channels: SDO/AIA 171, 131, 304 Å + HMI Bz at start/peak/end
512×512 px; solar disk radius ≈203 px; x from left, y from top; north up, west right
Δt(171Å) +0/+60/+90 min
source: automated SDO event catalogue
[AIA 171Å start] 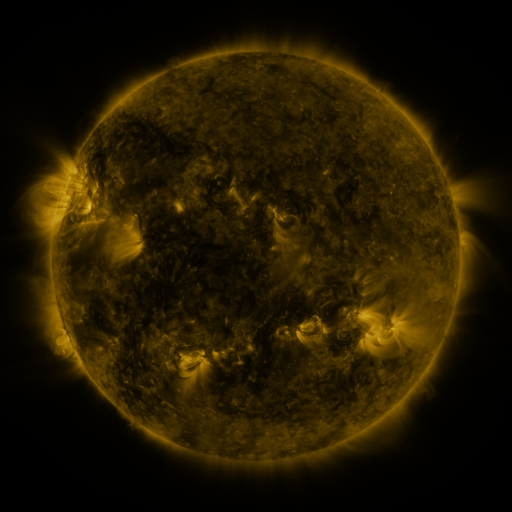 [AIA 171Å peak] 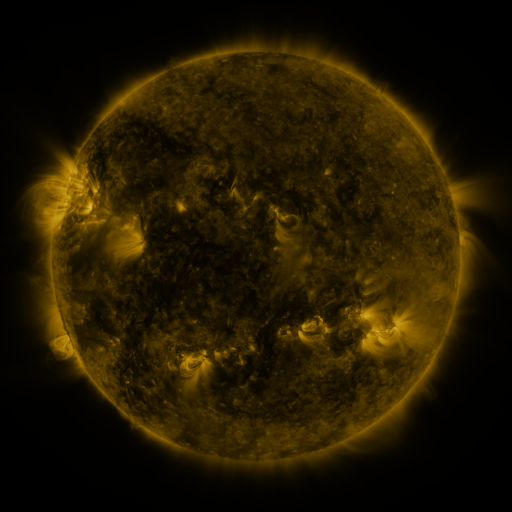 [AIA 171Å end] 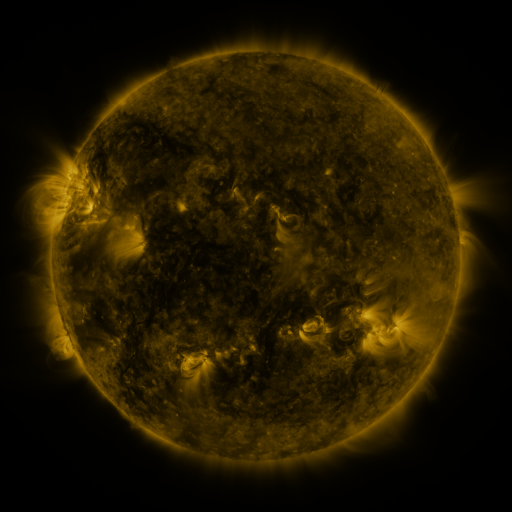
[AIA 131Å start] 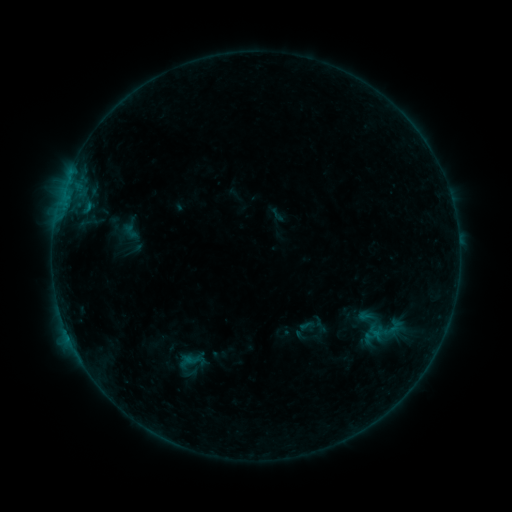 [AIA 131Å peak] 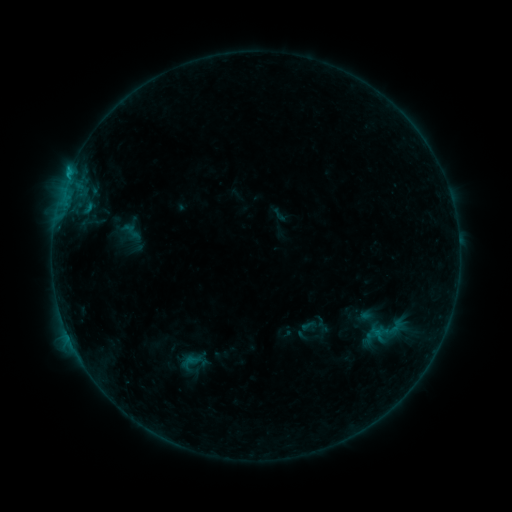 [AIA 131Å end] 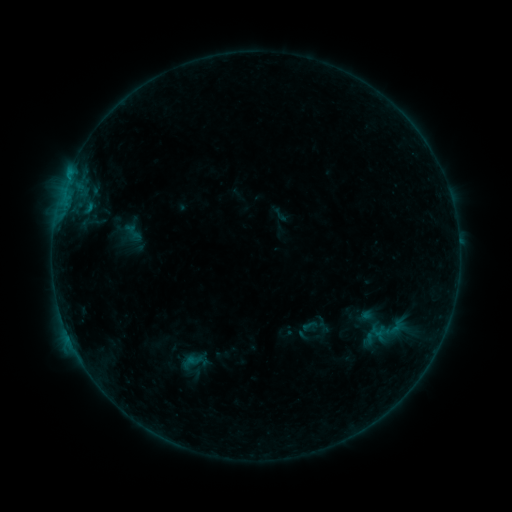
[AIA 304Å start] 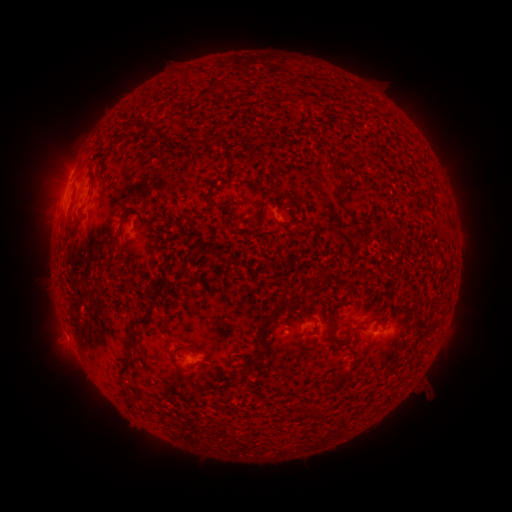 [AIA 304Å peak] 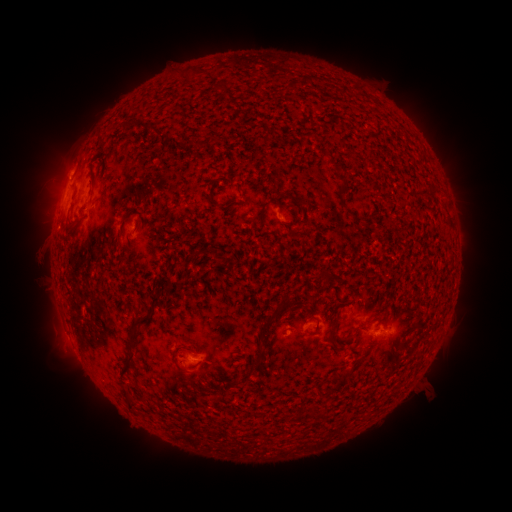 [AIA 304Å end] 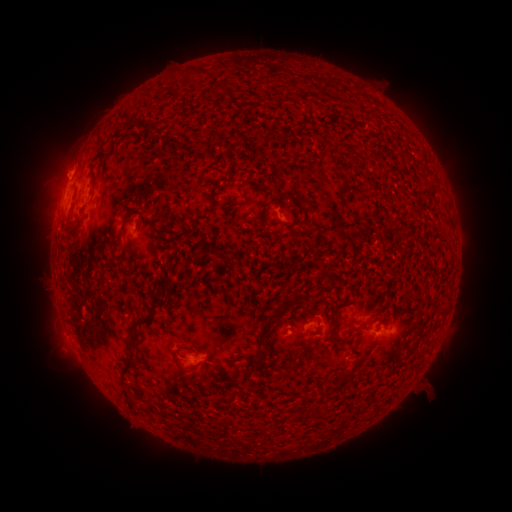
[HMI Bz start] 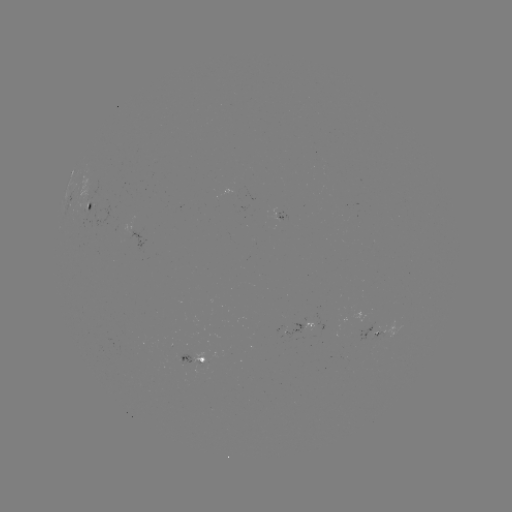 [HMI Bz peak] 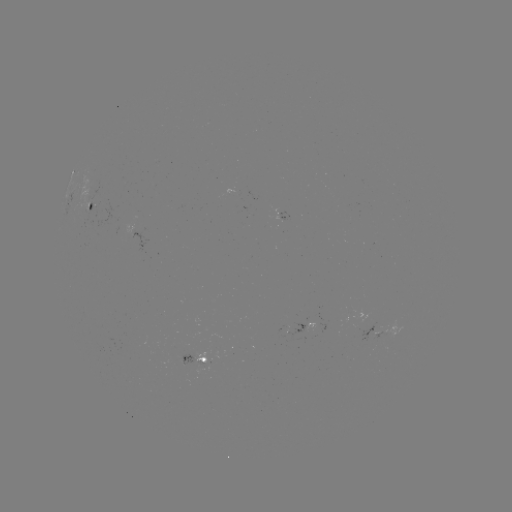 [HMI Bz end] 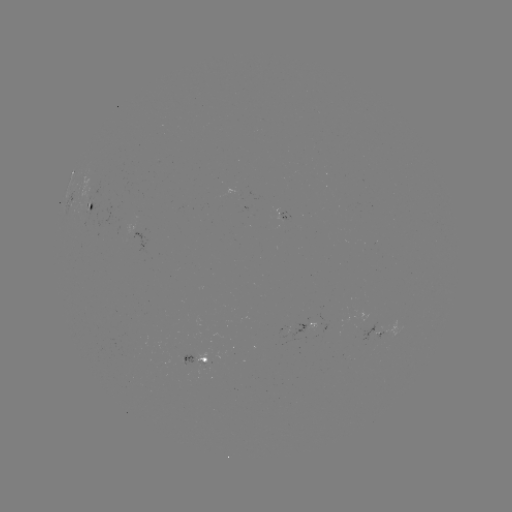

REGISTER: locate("B5.0 flare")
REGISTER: (69, 177)